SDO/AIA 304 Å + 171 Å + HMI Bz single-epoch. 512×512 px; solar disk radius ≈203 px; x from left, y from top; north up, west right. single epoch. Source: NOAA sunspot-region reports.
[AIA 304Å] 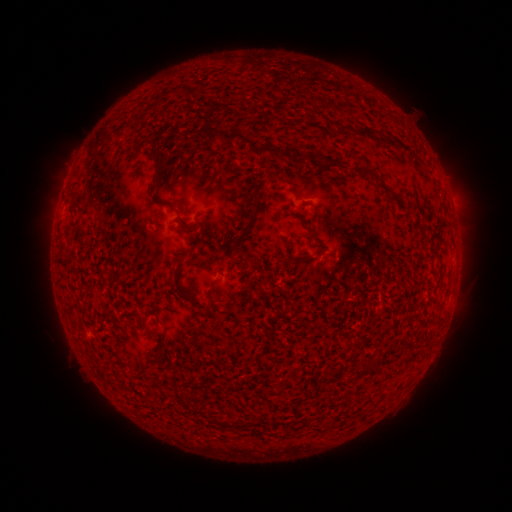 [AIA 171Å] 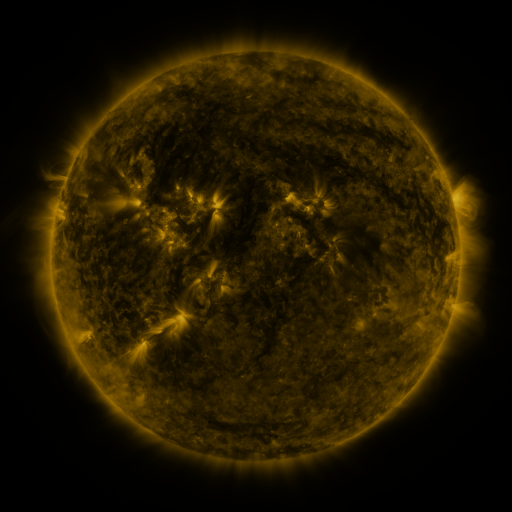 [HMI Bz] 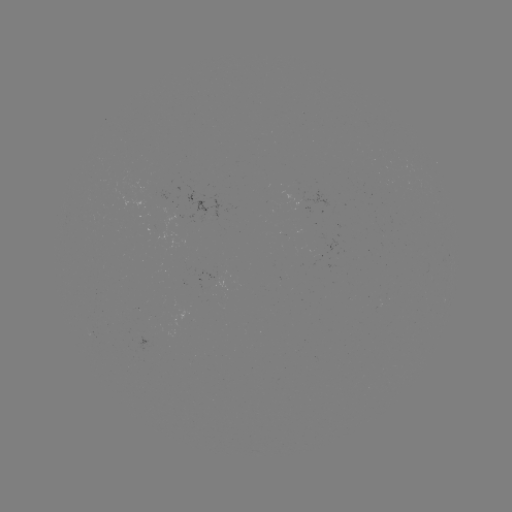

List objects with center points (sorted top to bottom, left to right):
(none)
